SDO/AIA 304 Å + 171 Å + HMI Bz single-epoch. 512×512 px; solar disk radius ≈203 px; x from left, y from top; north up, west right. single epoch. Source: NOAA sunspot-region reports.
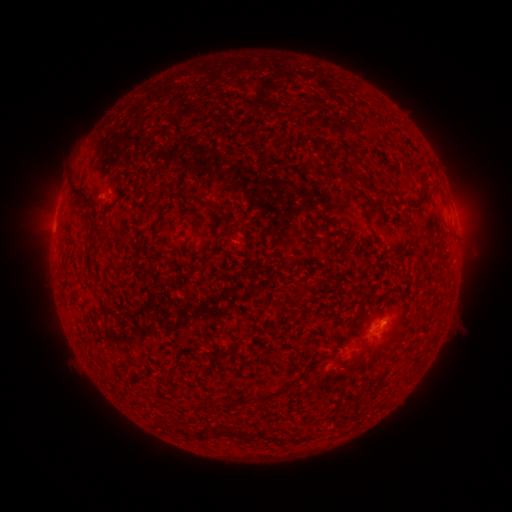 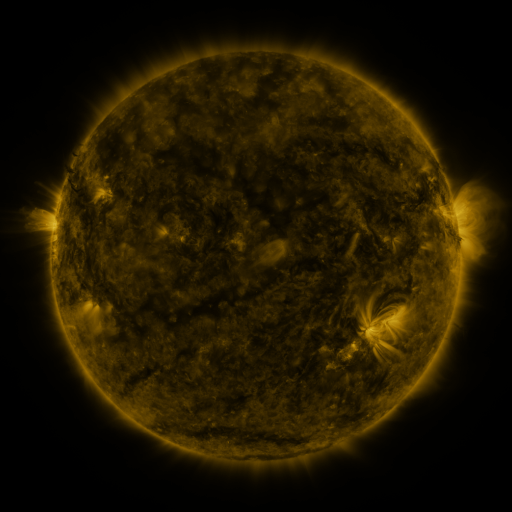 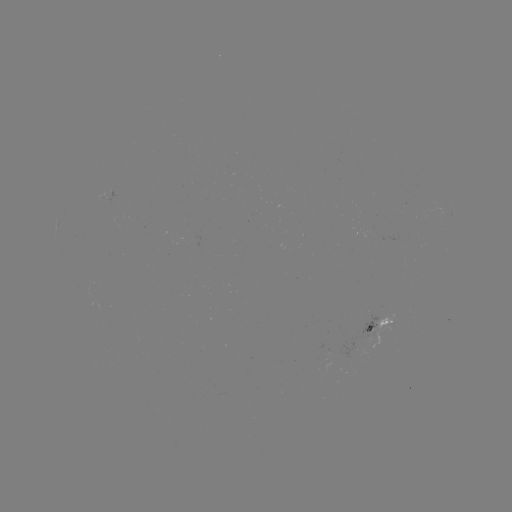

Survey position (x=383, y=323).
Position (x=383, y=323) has spotted active region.